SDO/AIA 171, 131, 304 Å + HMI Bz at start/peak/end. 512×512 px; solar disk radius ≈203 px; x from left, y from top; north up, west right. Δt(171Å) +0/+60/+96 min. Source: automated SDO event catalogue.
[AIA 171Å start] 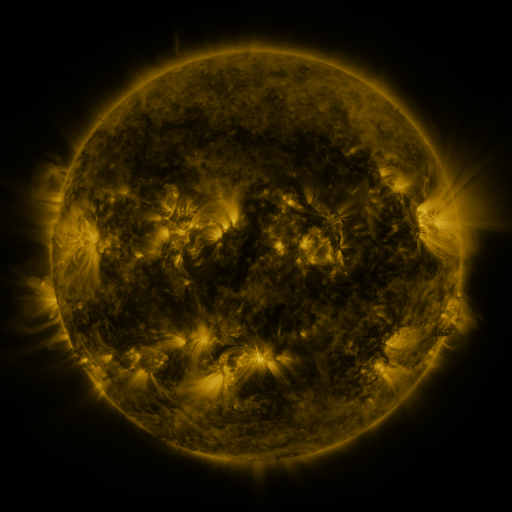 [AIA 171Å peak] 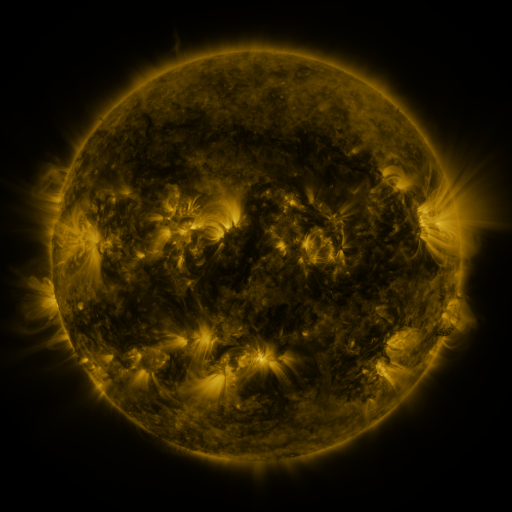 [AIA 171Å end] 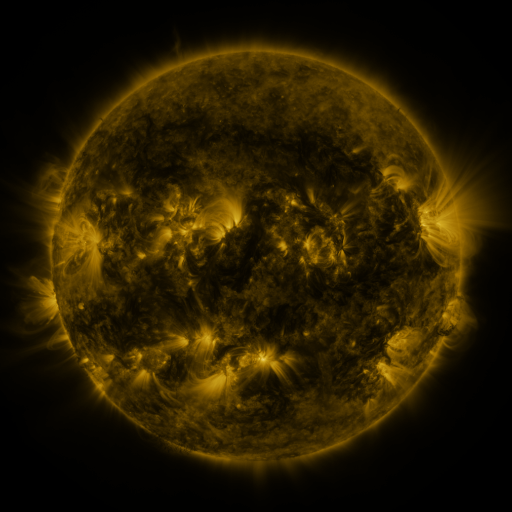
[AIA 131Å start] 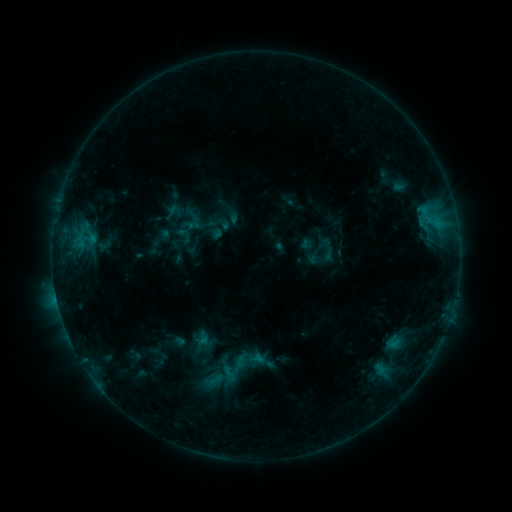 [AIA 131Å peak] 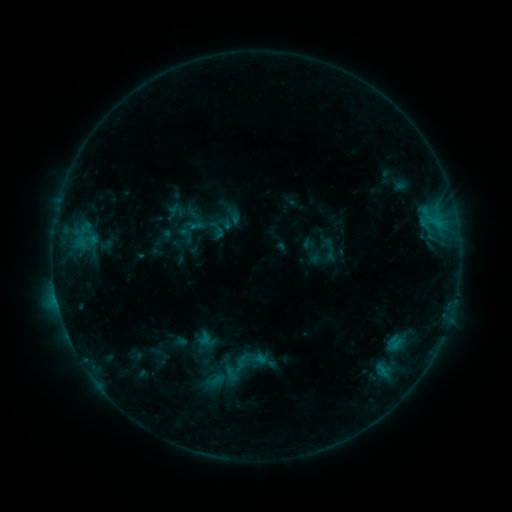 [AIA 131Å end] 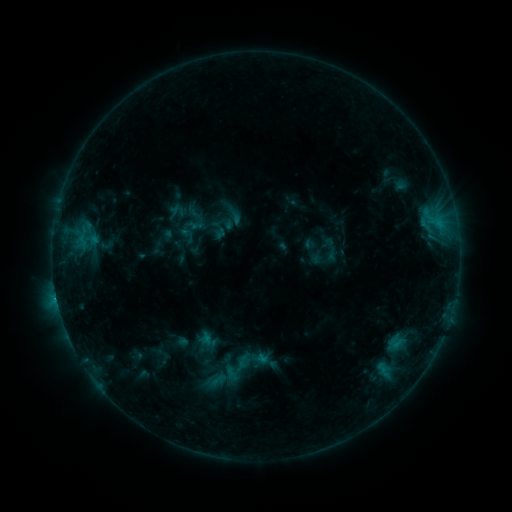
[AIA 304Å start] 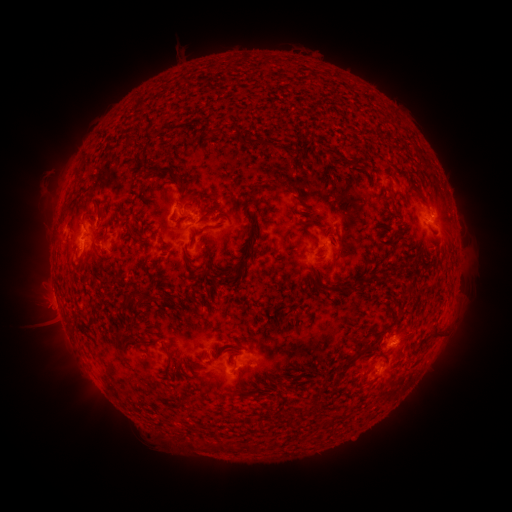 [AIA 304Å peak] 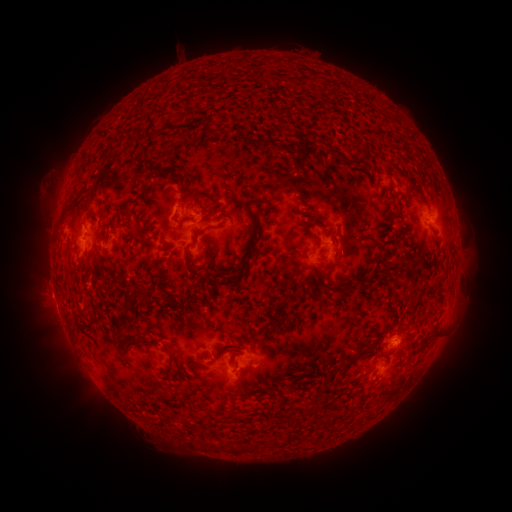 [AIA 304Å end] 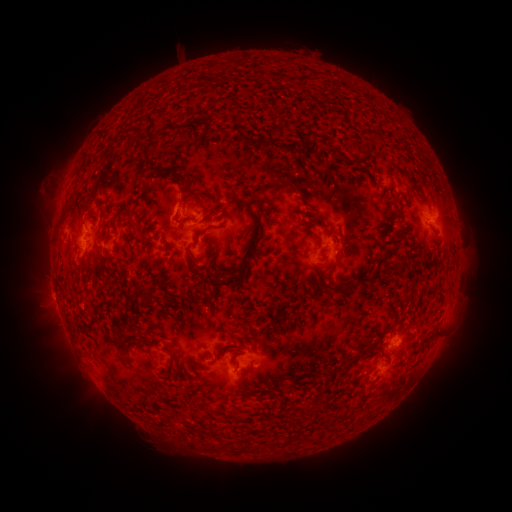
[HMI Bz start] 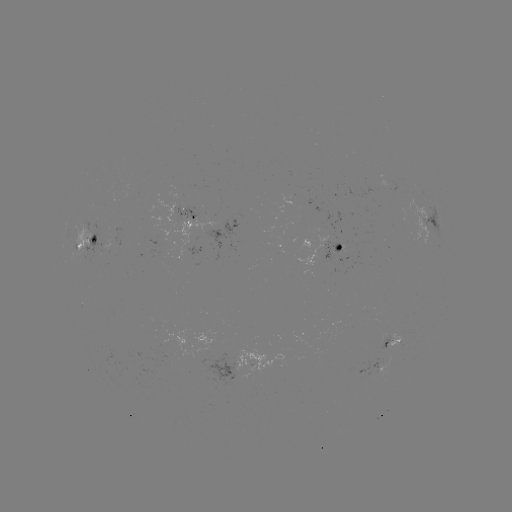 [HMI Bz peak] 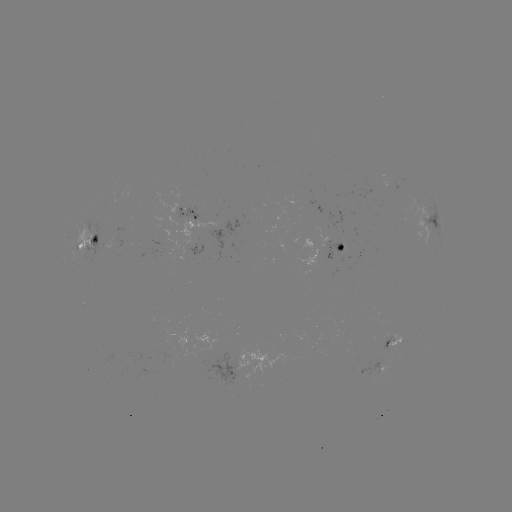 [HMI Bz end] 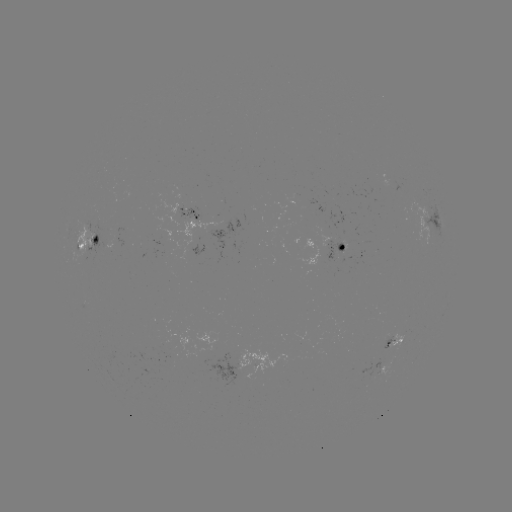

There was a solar emerging-flux region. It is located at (364, 371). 